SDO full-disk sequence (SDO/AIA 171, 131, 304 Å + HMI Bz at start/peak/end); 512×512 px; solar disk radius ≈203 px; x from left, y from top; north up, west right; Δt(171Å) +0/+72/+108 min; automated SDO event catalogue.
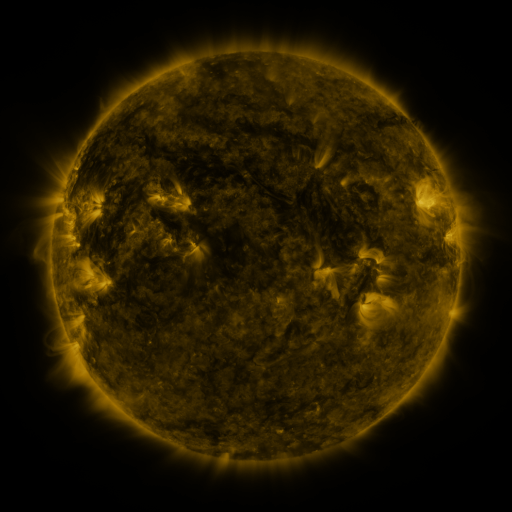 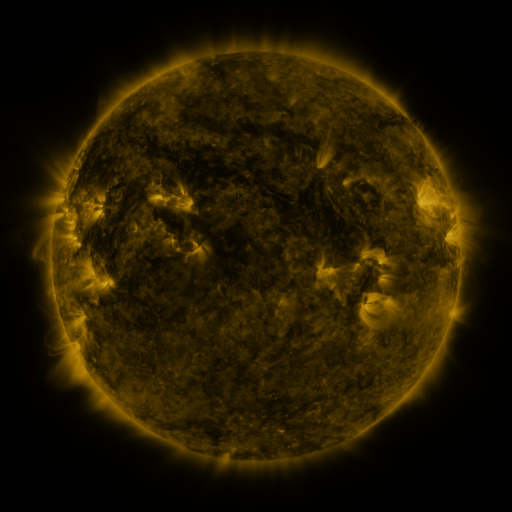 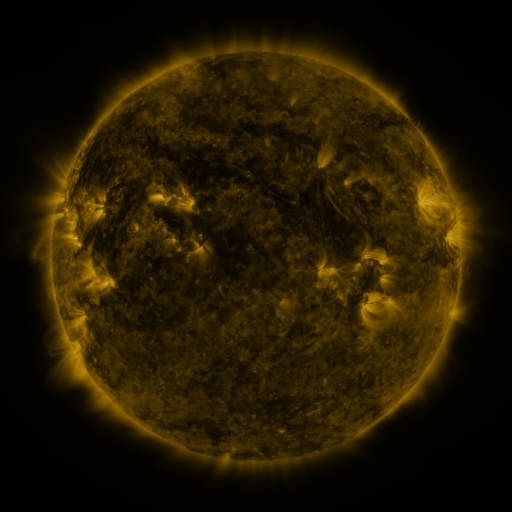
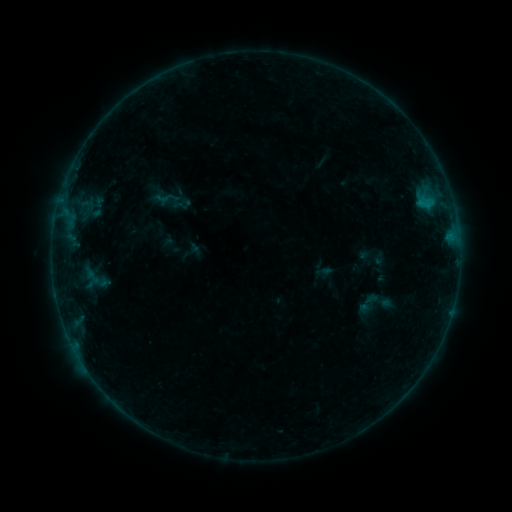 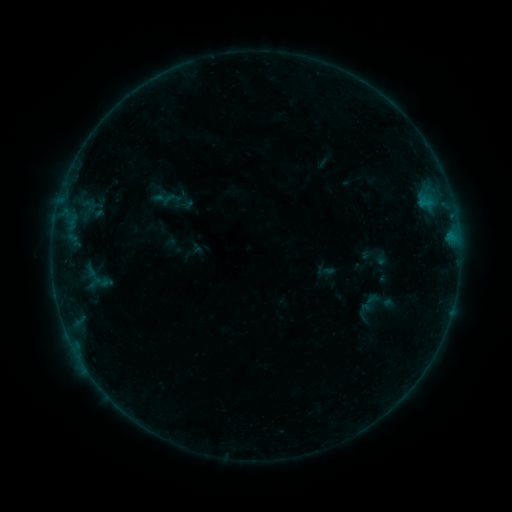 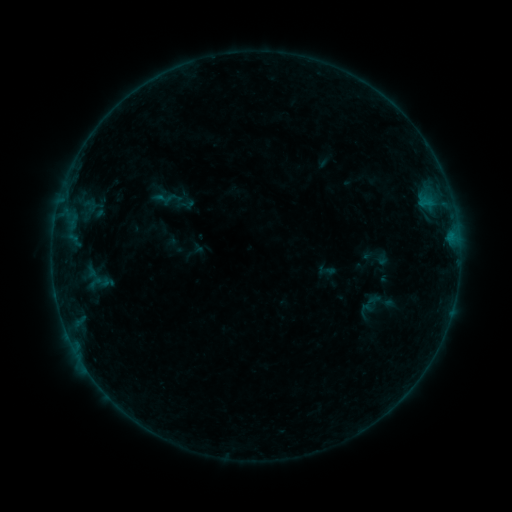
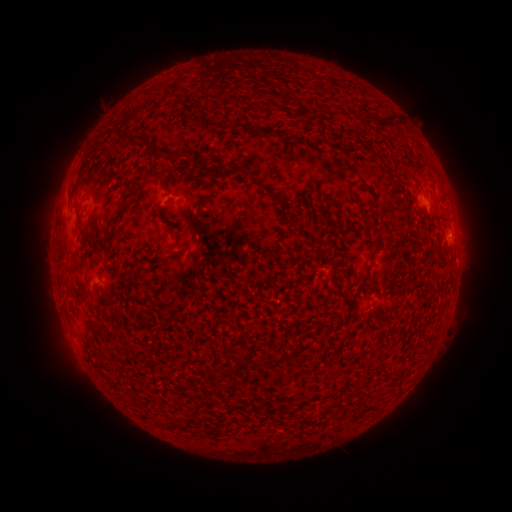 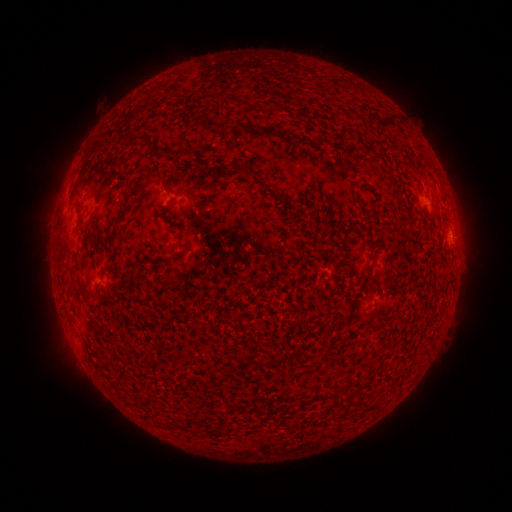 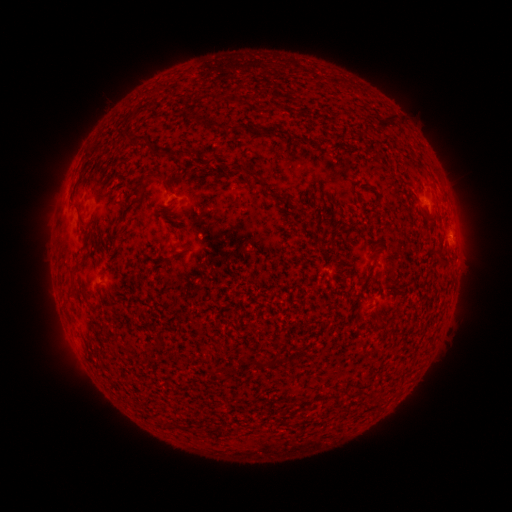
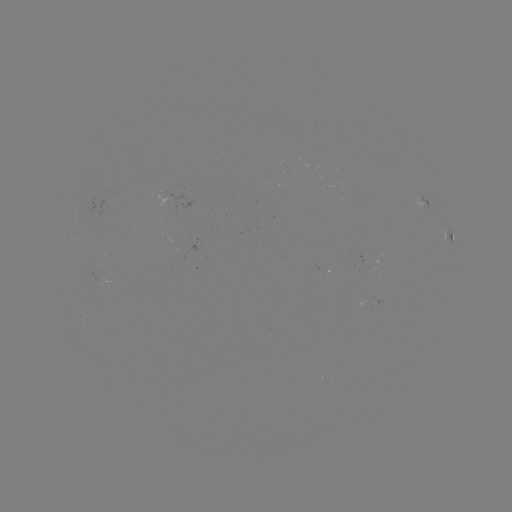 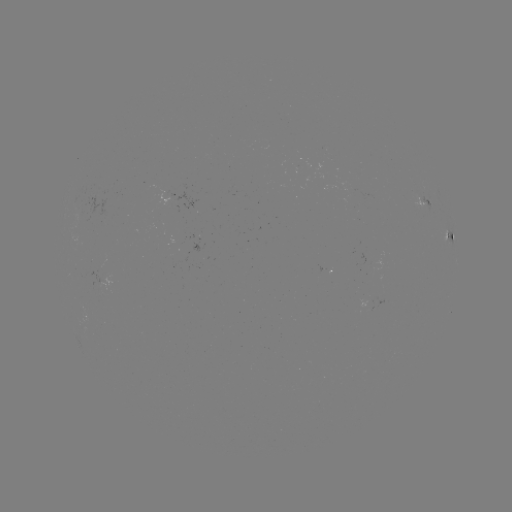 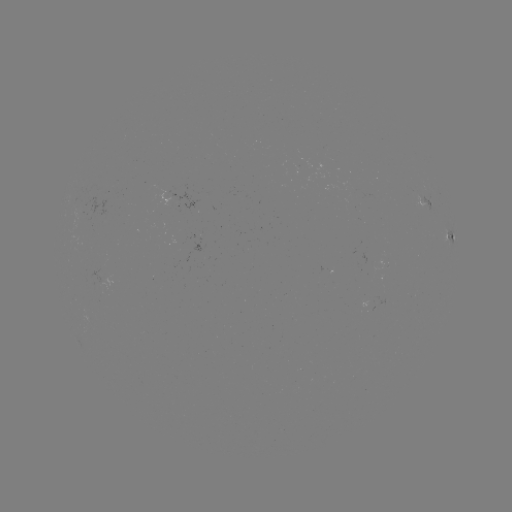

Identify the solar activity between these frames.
emerging-flux region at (165, 196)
